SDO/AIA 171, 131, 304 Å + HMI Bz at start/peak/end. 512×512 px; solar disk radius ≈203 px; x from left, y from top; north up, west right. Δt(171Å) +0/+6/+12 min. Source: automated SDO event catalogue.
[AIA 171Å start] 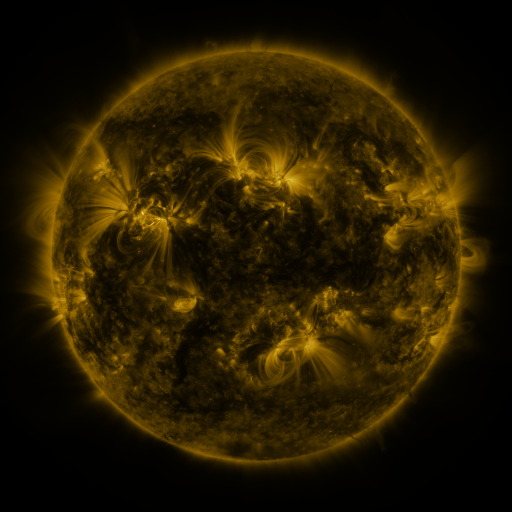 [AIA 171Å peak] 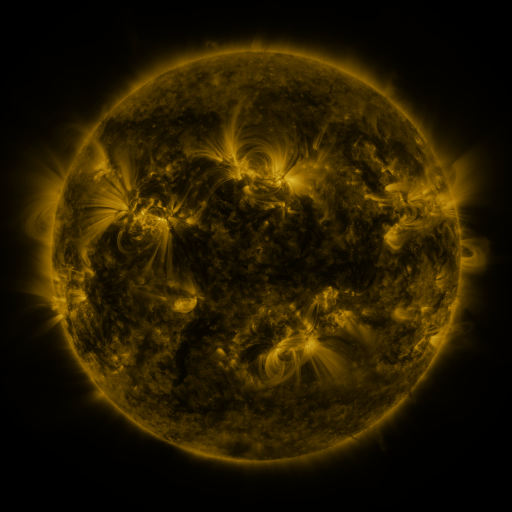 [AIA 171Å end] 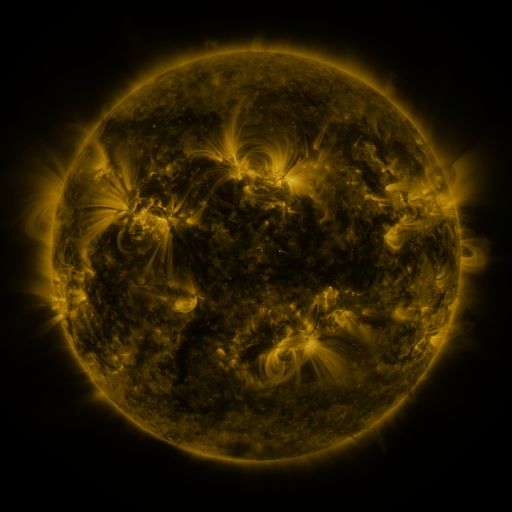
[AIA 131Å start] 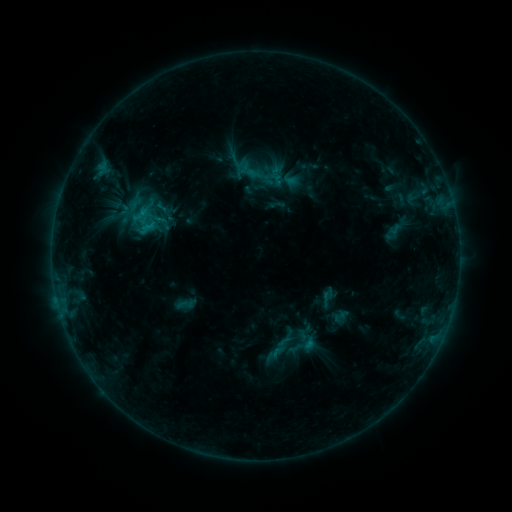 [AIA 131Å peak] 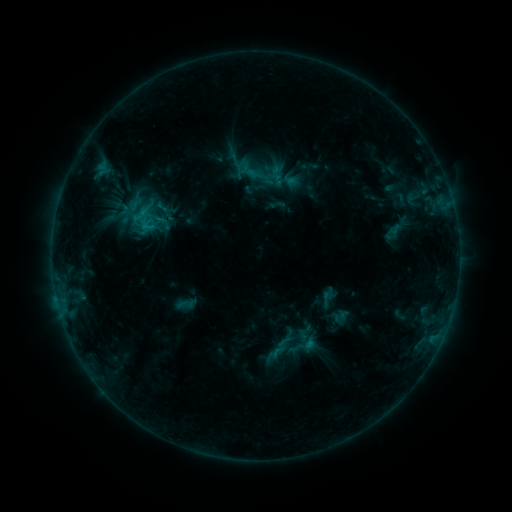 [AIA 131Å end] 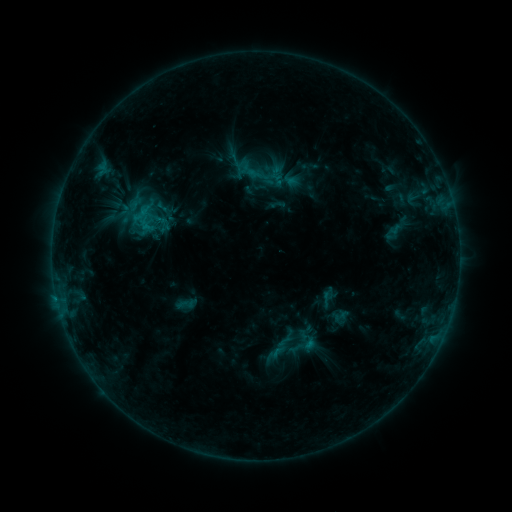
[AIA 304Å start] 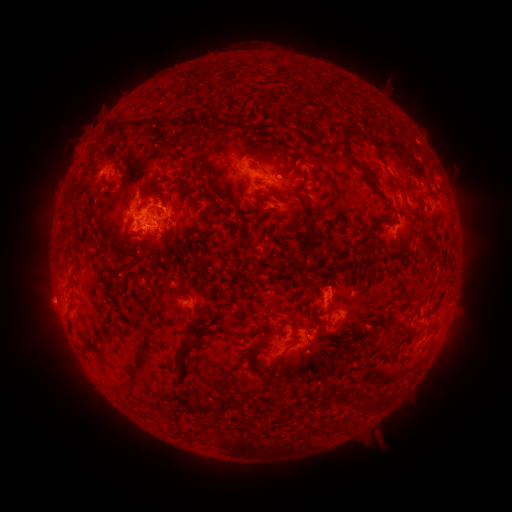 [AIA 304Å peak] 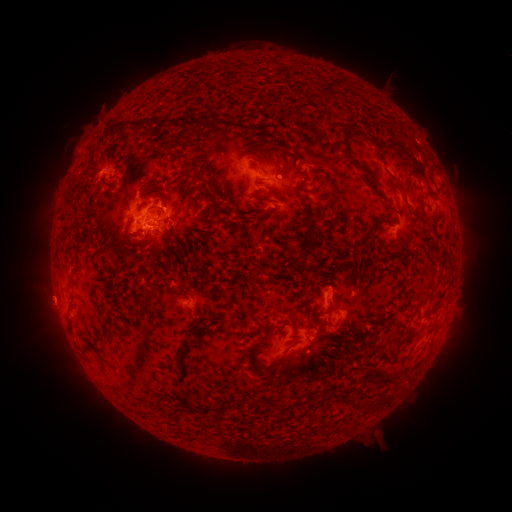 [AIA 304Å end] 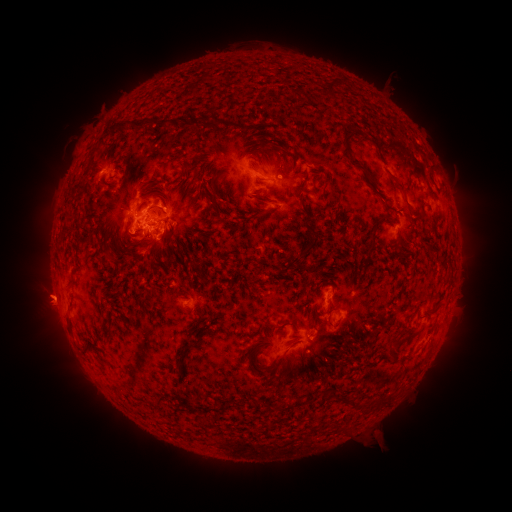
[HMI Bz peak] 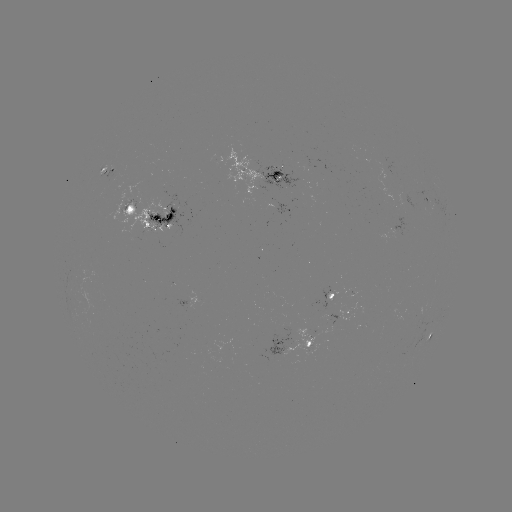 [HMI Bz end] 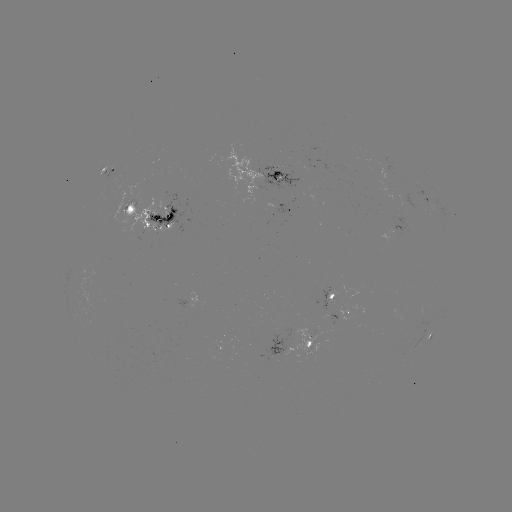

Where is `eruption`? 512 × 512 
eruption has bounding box [17, 271, 67, 328].